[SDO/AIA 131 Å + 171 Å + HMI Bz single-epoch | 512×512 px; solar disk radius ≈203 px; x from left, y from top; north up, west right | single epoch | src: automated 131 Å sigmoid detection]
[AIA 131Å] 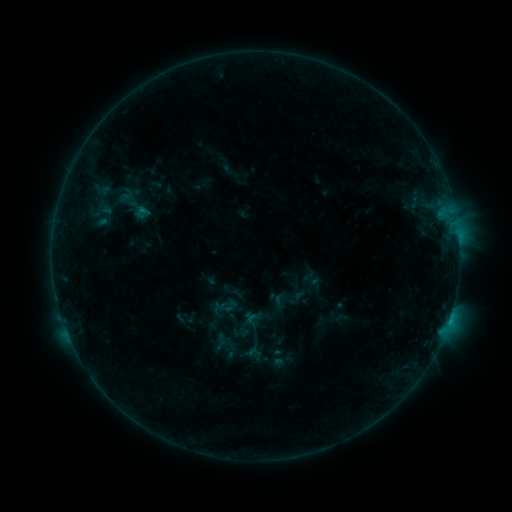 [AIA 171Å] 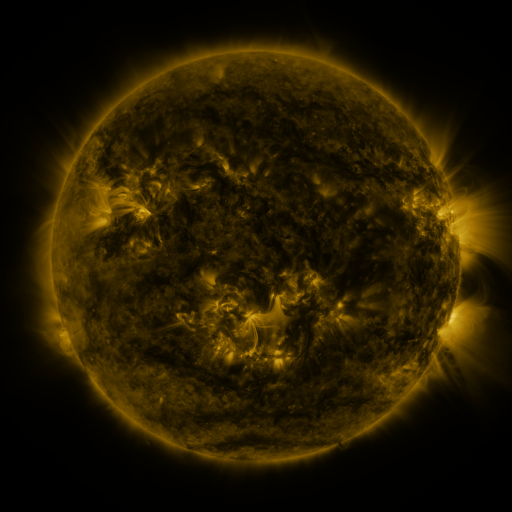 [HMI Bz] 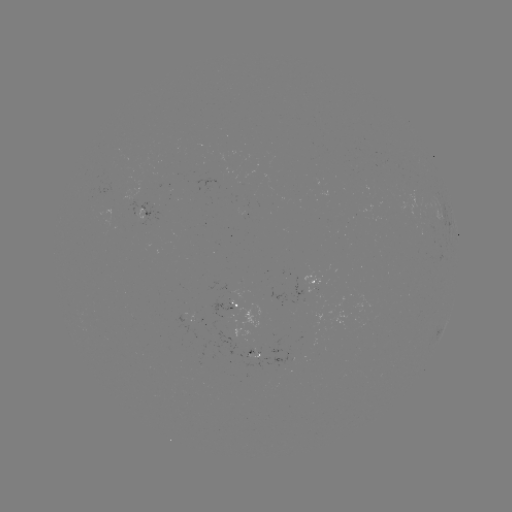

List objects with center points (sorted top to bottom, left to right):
sigmoid: (143, 212)
